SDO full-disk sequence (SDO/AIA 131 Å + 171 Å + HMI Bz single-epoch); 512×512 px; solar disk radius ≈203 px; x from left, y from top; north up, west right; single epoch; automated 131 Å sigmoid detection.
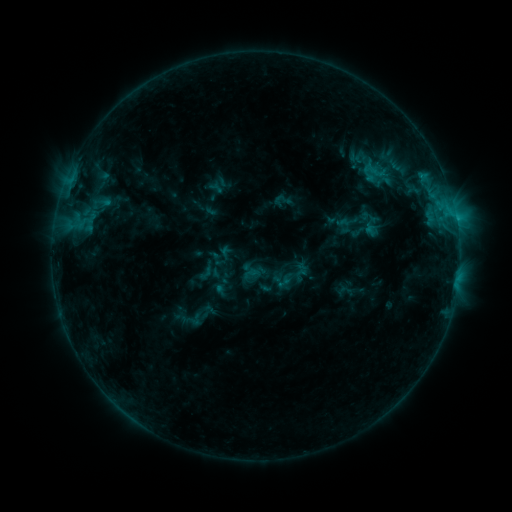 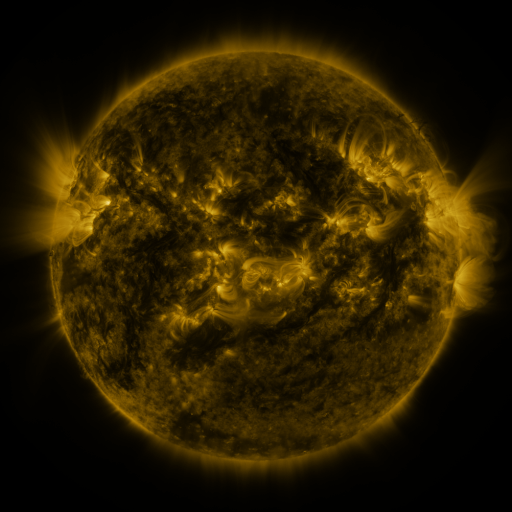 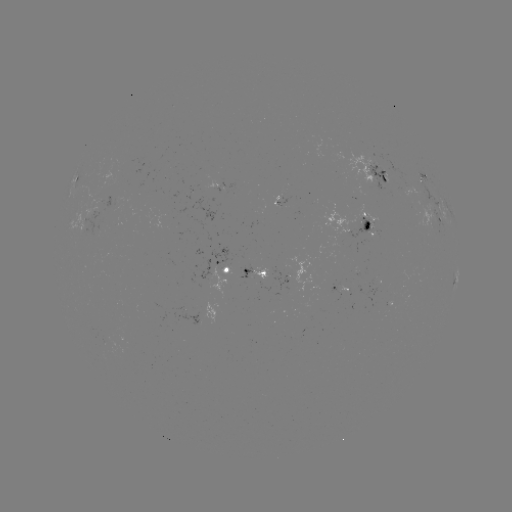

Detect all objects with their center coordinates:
sigmoid: (282, 201)
